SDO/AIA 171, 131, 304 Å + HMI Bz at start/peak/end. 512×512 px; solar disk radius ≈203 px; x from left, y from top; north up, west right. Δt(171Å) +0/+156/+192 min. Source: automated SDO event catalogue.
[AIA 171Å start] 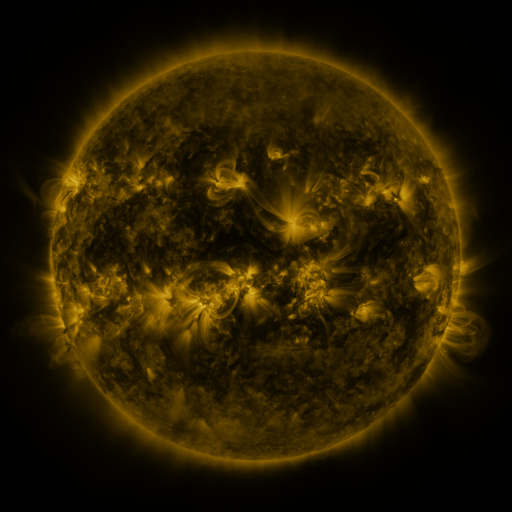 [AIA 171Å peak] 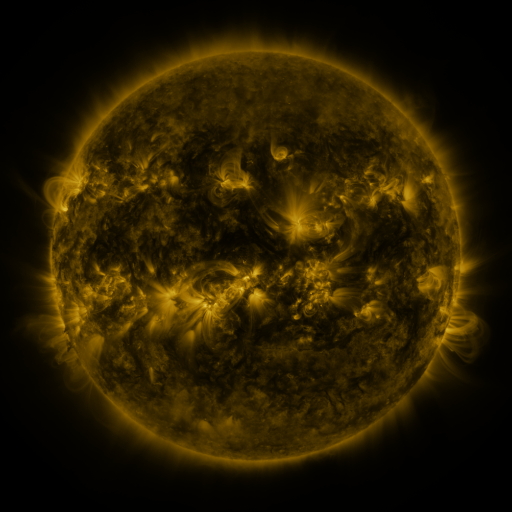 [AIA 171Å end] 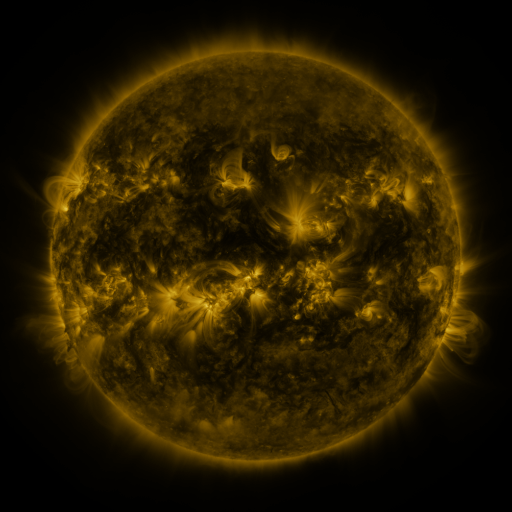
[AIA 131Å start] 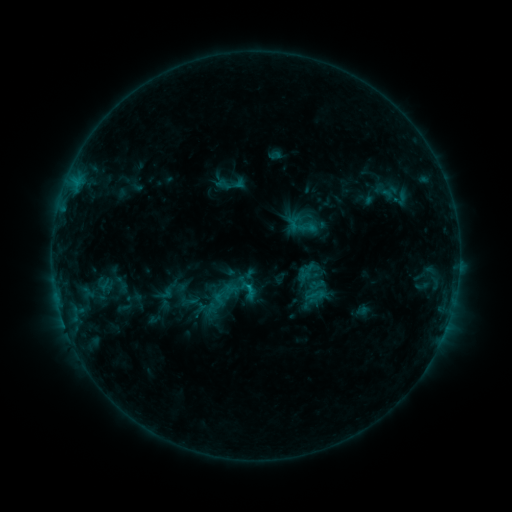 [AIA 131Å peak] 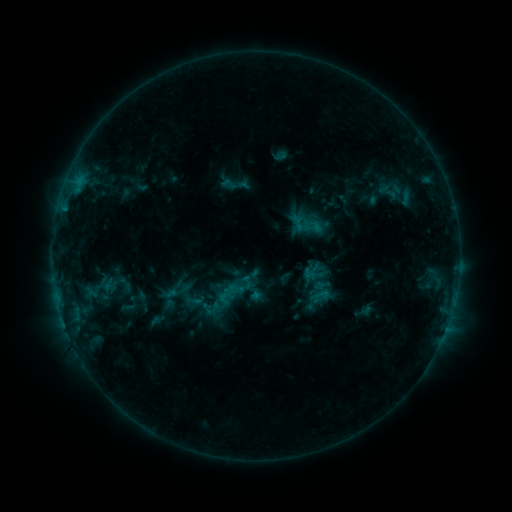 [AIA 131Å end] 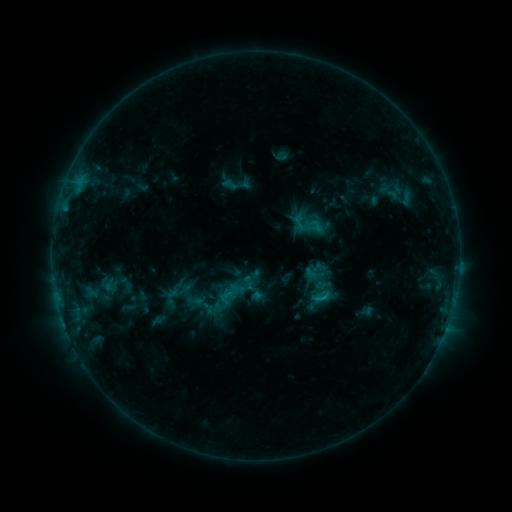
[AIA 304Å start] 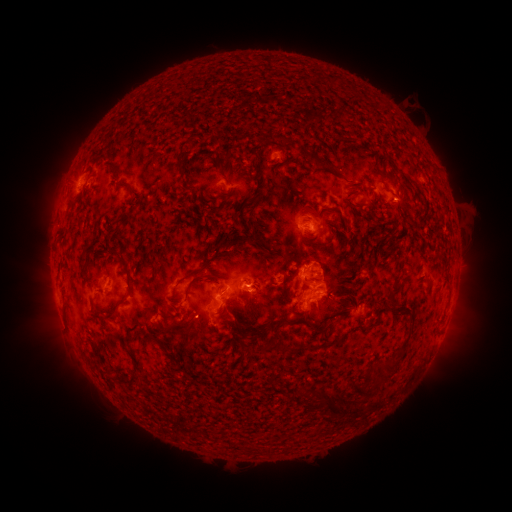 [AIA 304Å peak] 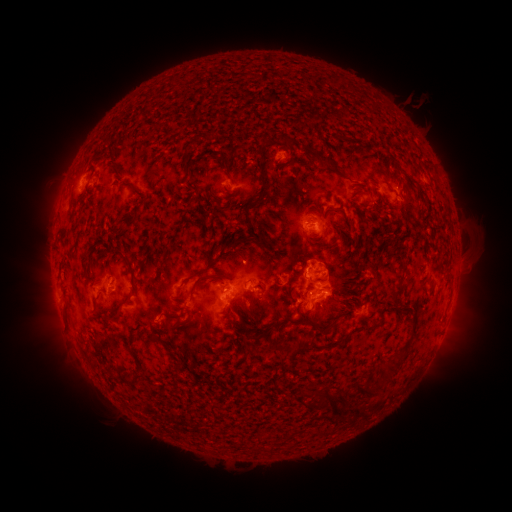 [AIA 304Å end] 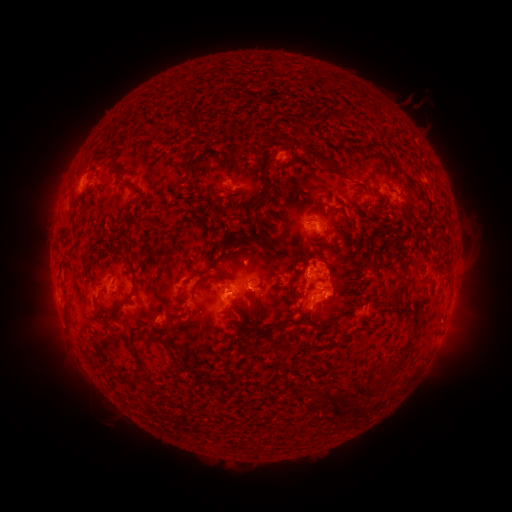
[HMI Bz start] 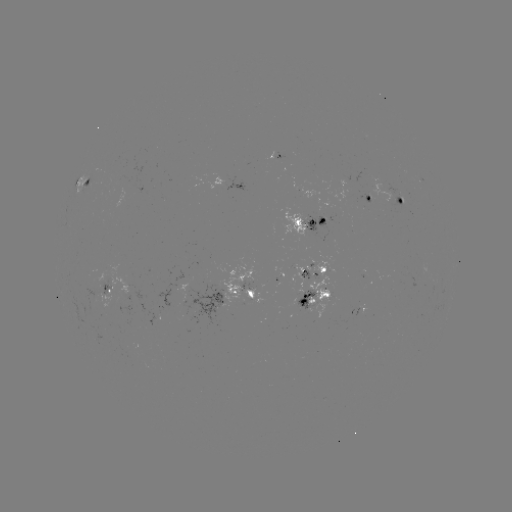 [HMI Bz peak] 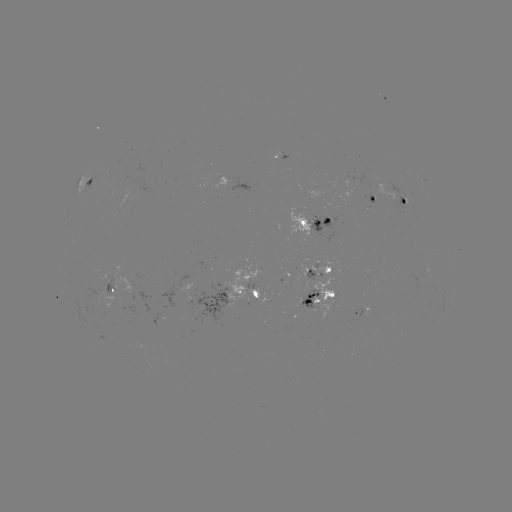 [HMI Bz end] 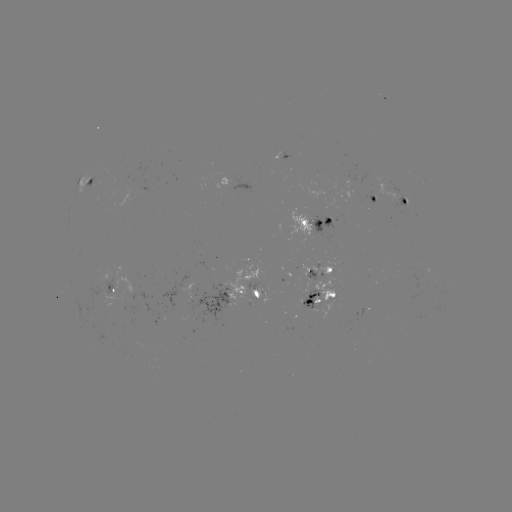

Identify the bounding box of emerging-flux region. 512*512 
[300, 290, 319, 310].